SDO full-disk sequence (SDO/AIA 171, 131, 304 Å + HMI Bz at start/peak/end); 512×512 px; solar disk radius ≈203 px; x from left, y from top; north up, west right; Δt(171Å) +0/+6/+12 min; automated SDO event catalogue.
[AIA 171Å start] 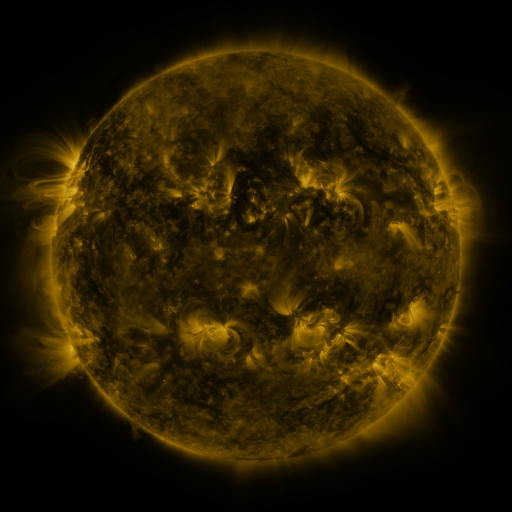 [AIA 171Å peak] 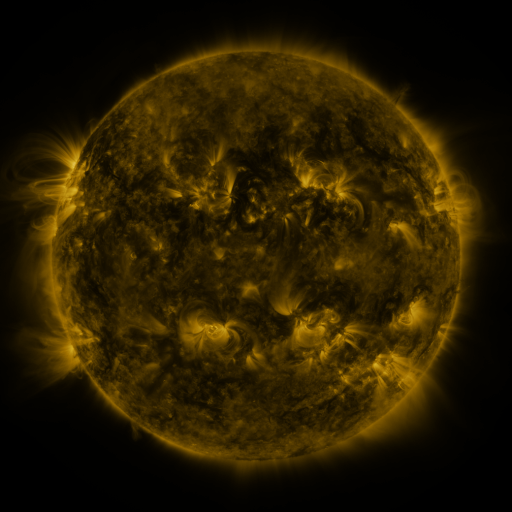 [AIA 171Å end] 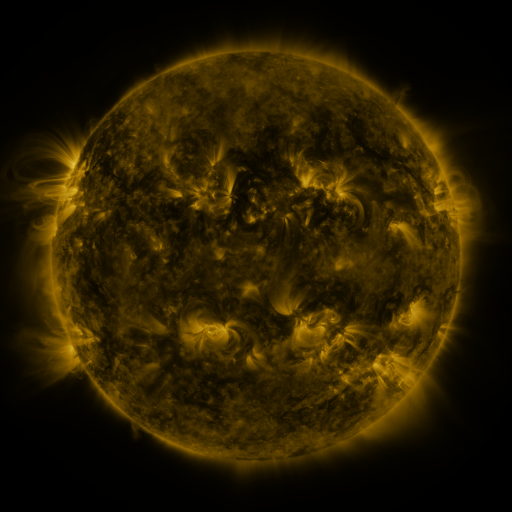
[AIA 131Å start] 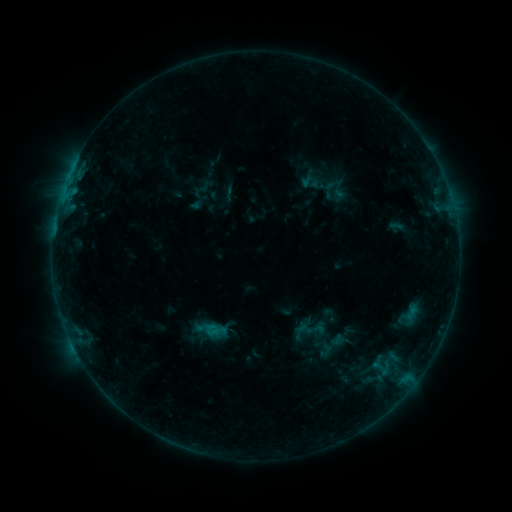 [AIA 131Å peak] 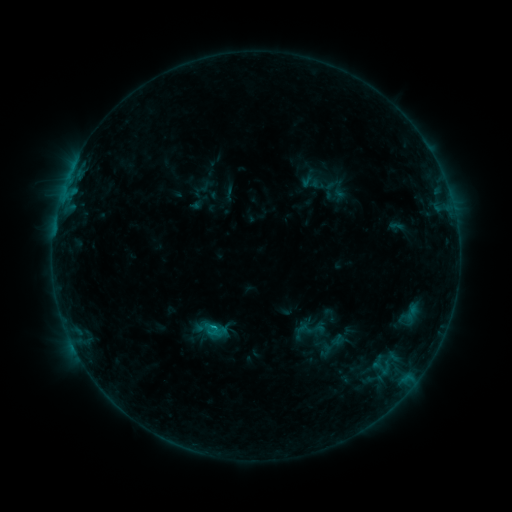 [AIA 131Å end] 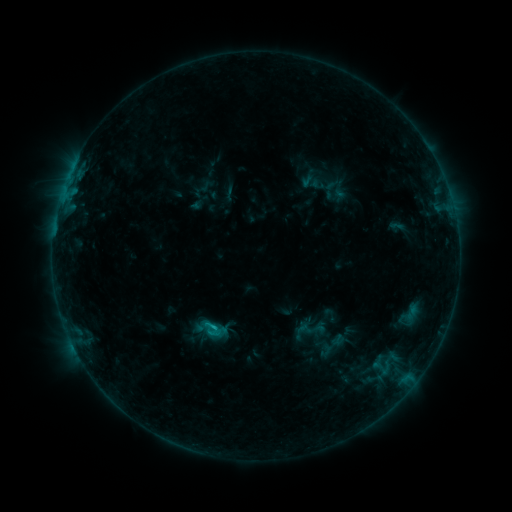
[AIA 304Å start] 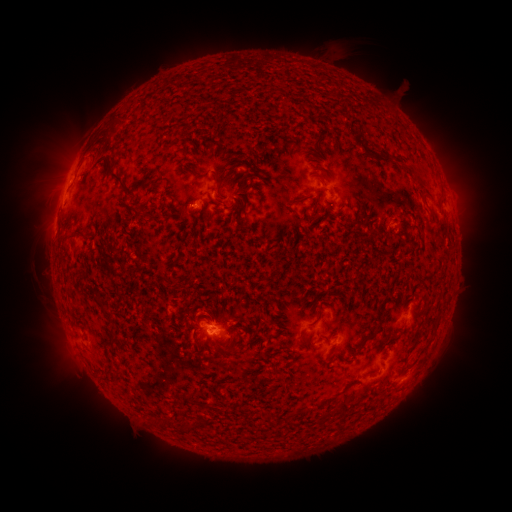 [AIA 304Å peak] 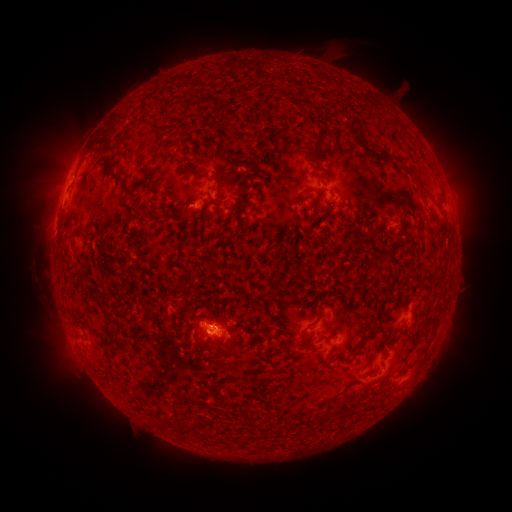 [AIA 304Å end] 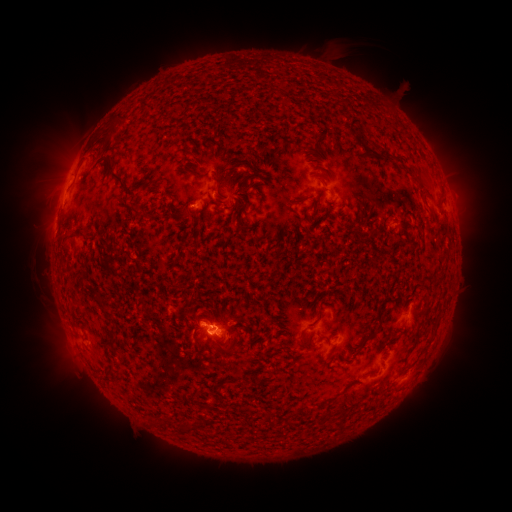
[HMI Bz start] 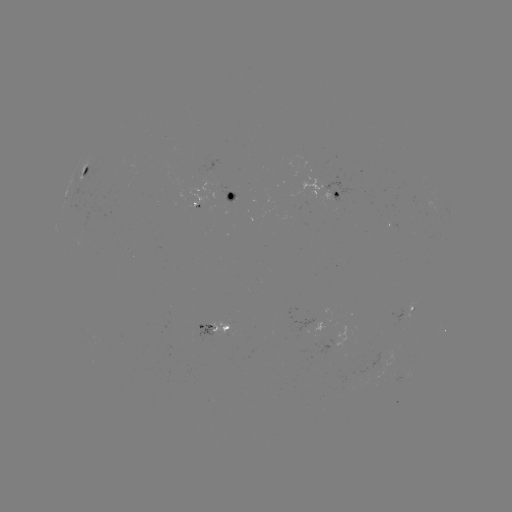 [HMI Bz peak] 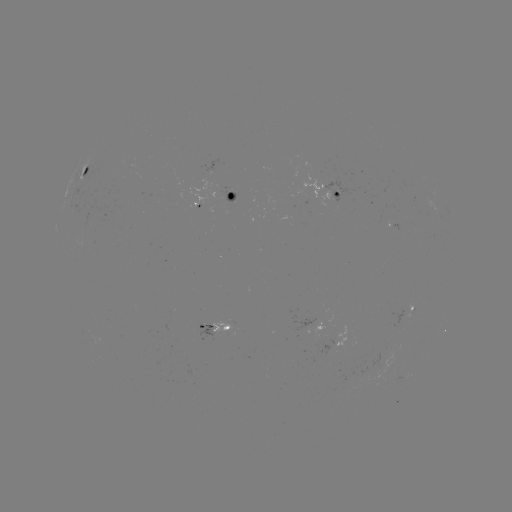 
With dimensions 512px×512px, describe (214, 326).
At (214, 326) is B8.8 flare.